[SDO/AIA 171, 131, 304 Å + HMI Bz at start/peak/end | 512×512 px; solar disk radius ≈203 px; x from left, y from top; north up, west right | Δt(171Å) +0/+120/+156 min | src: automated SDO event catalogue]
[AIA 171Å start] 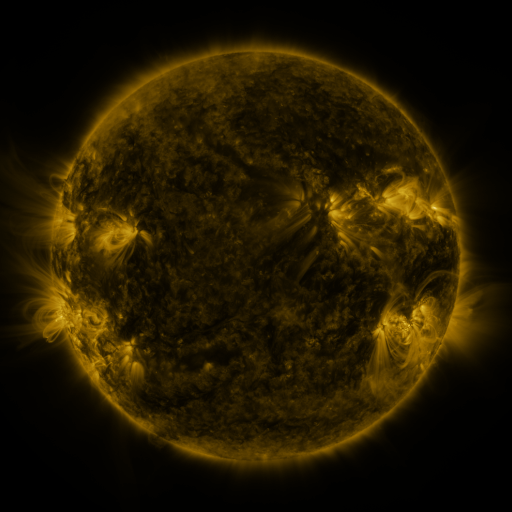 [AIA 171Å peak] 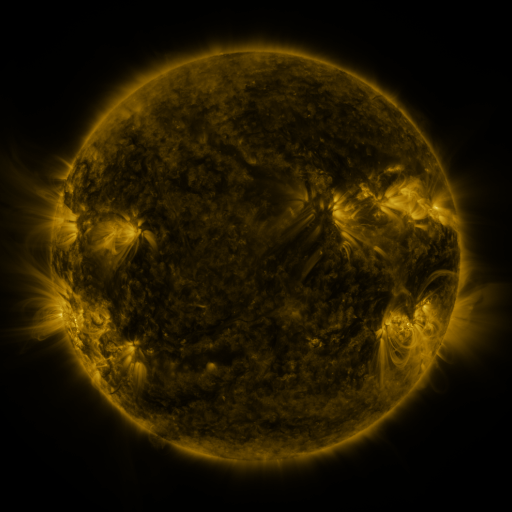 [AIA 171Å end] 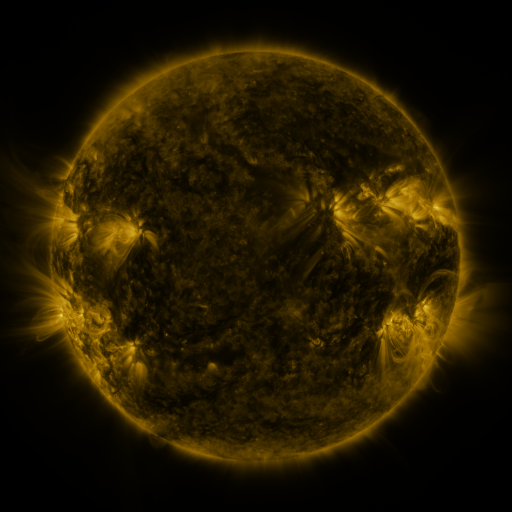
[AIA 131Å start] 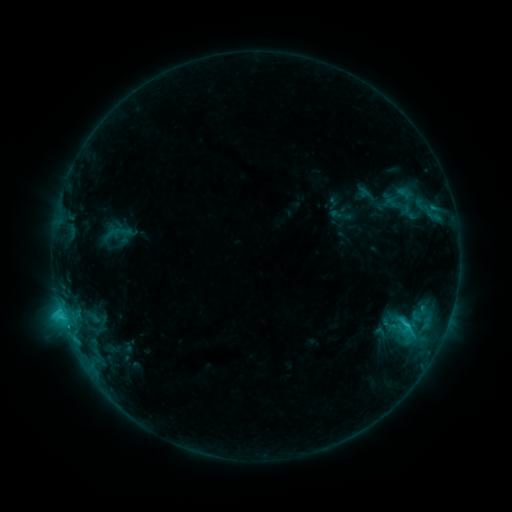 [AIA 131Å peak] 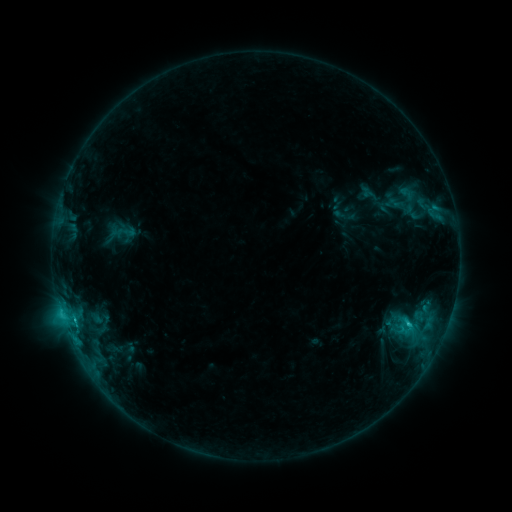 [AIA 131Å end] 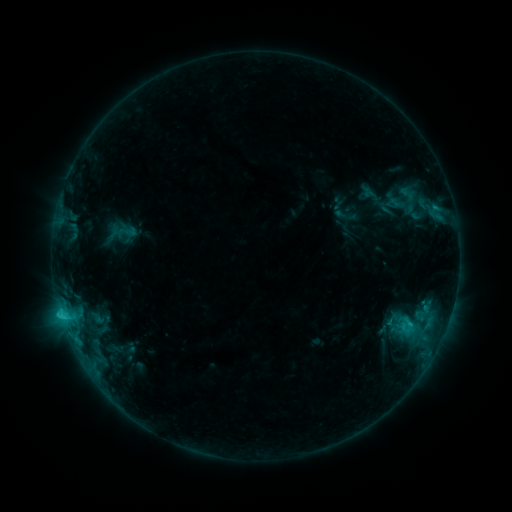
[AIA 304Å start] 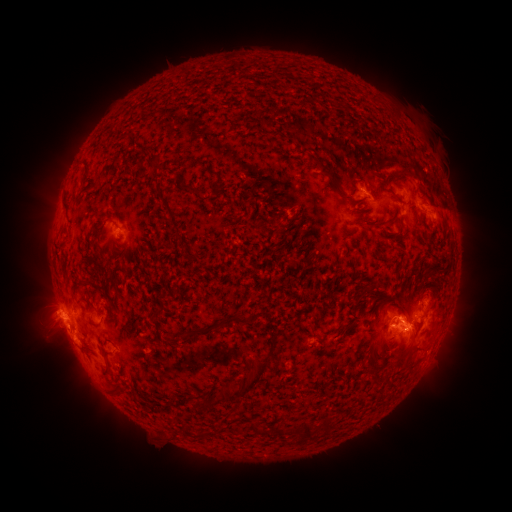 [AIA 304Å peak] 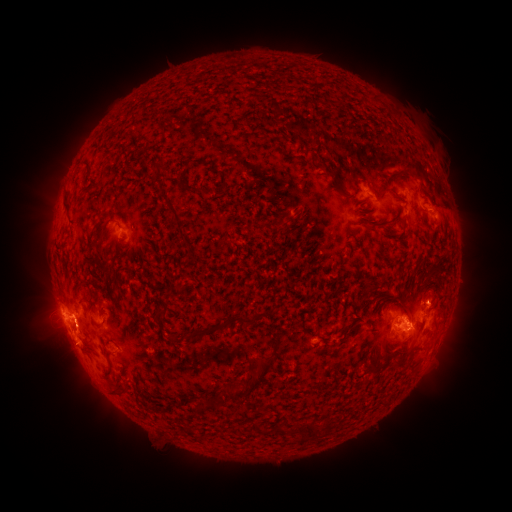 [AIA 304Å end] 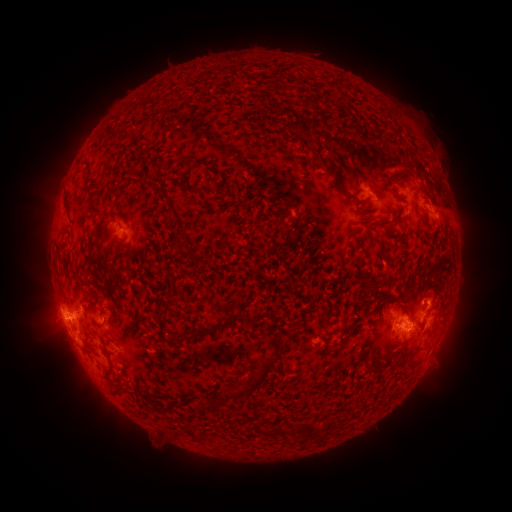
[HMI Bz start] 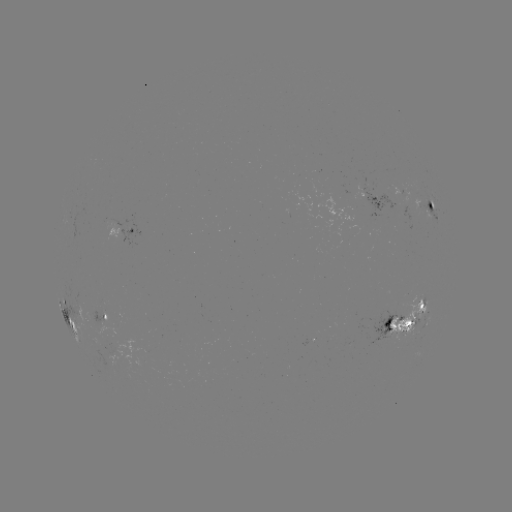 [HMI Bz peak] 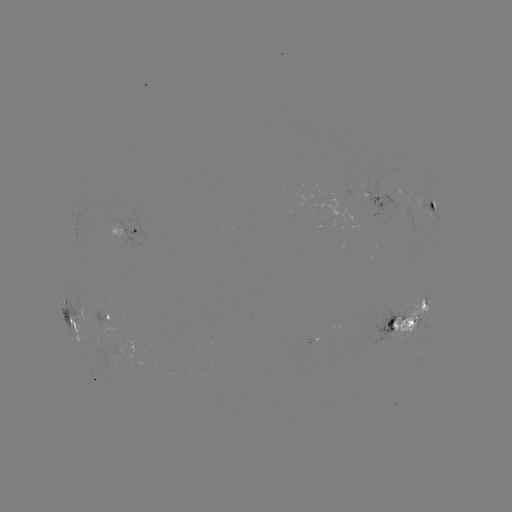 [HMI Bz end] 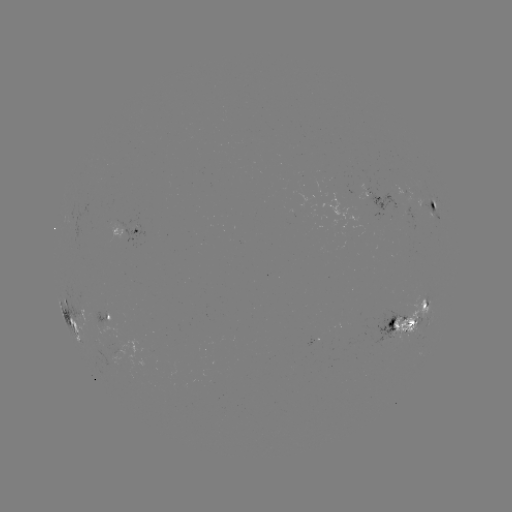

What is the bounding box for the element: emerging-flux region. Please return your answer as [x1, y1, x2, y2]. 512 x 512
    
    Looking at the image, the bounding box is [304, 337, 318, 345].